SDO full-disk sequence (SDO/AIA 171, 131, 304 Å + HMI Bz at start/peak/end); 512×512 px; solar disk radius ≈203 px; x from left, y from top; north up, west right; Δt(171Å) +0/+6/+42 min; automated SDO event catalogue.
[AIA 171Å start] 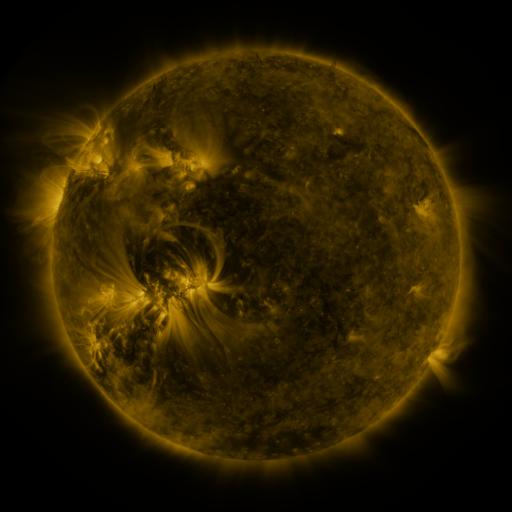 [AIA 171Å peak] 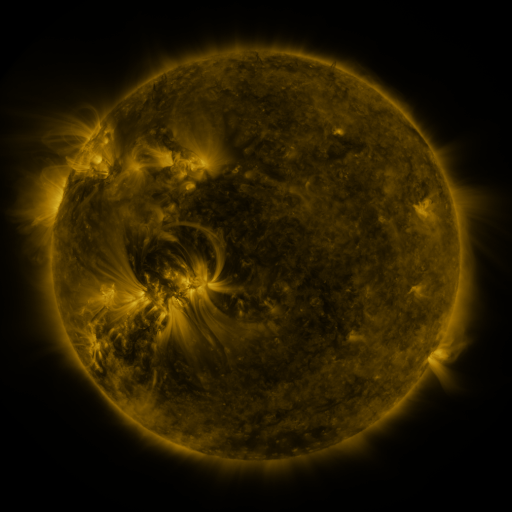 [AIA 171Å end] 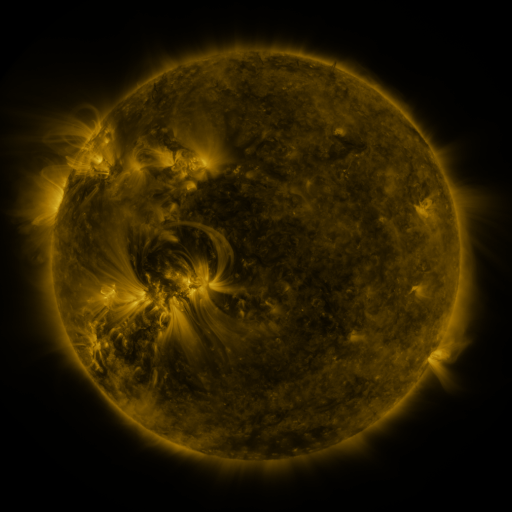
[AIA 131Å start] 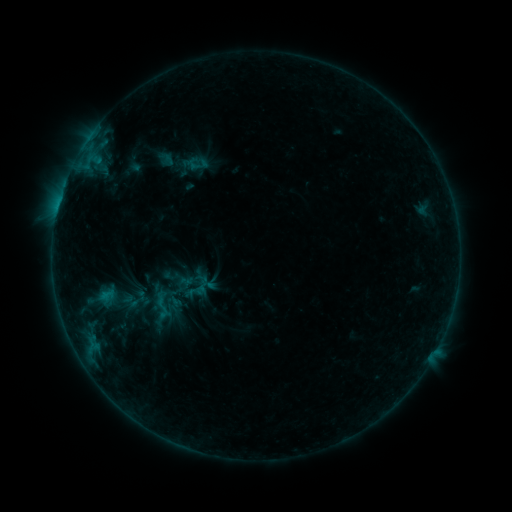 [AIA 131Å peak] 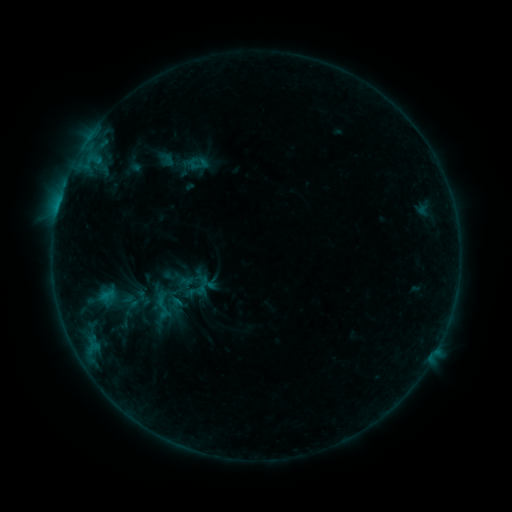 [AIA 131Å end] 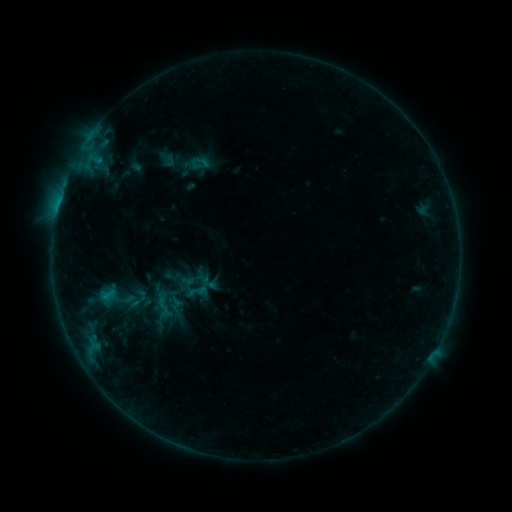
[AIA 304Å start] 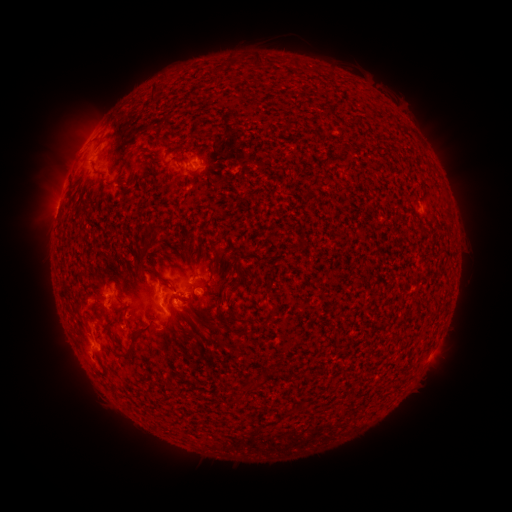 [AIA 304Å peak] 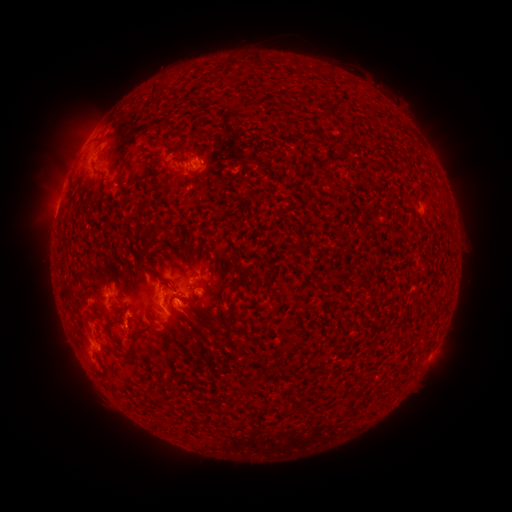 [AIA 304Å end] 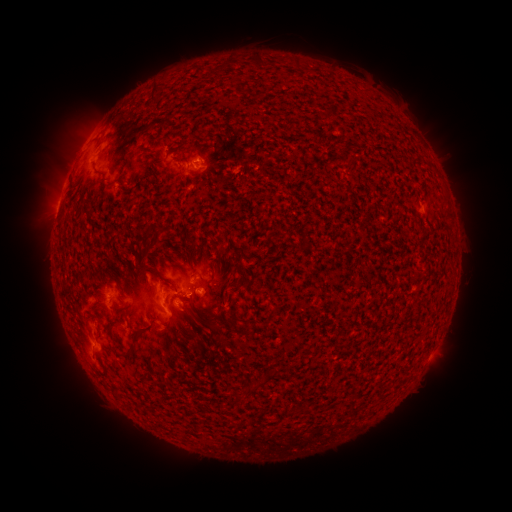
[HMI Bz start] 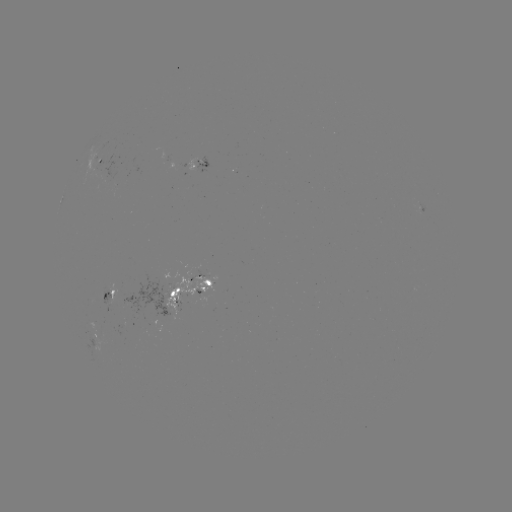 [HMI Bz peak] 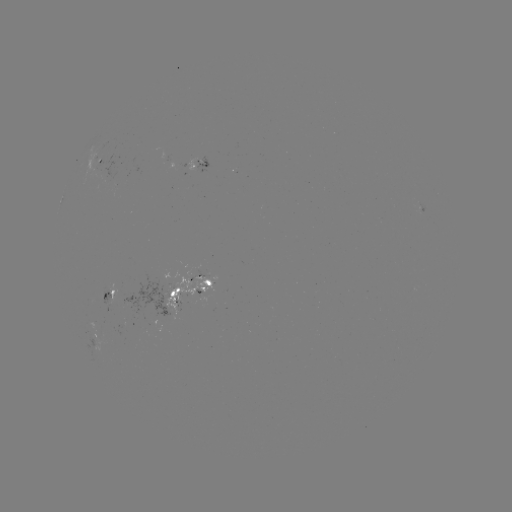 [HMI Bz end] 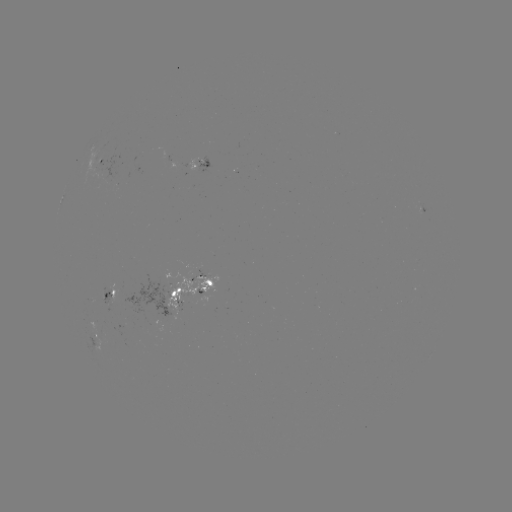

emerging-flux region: (196, 157, 208, 172)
